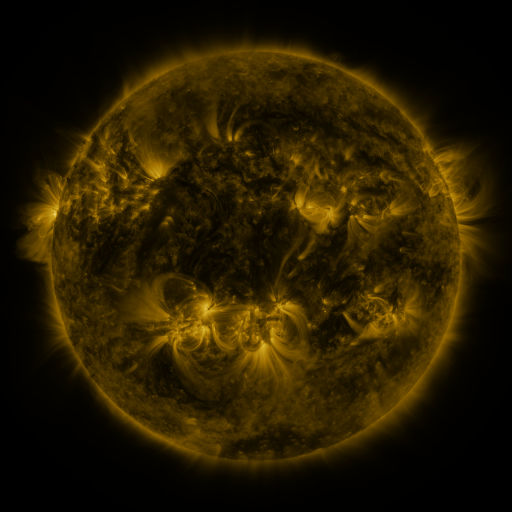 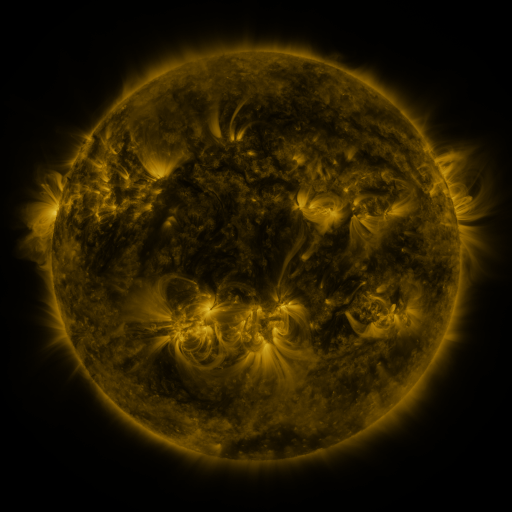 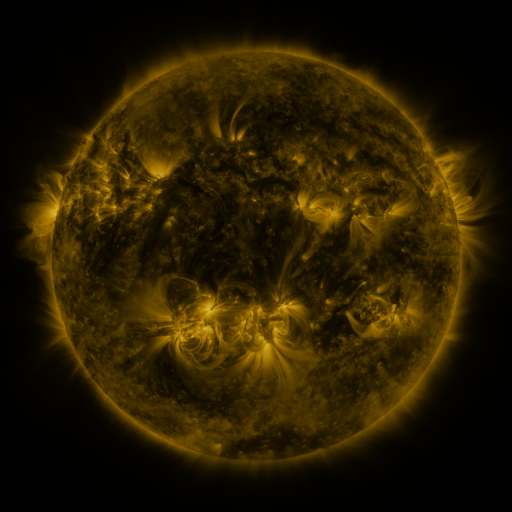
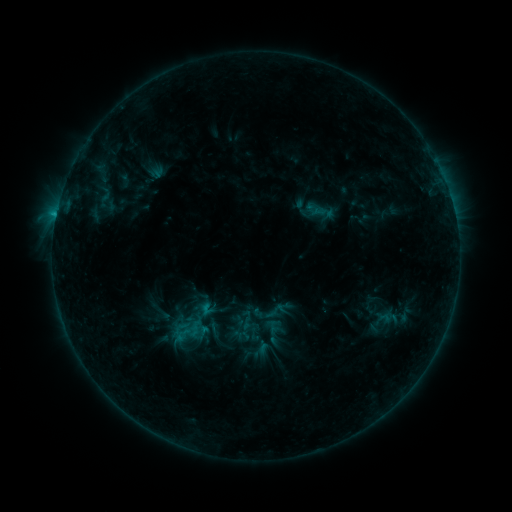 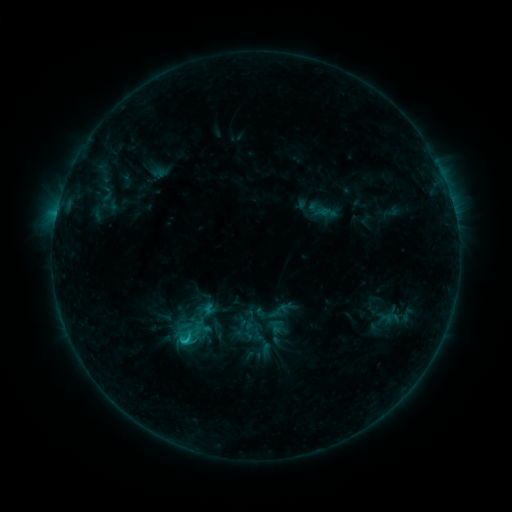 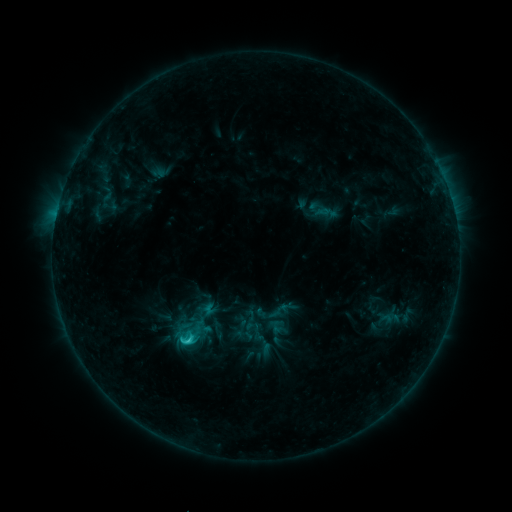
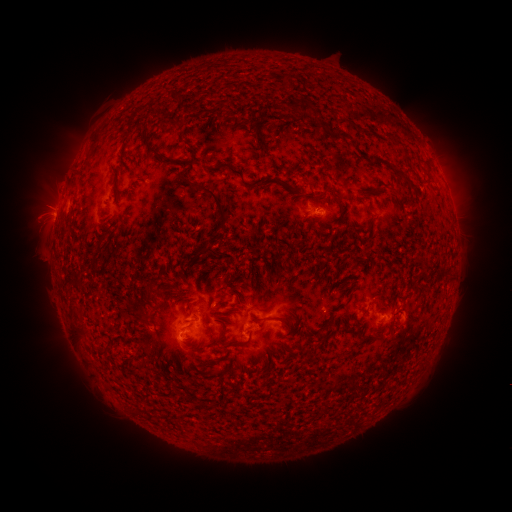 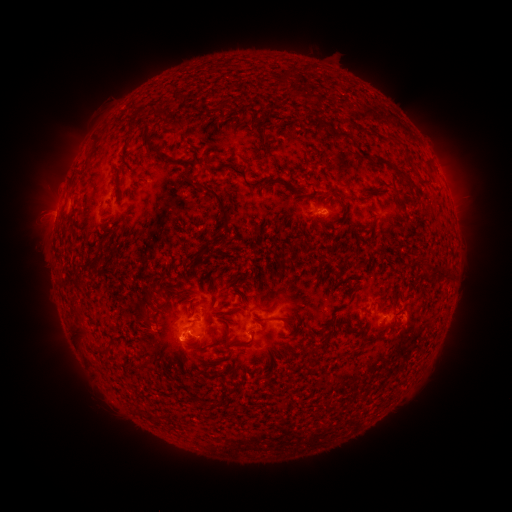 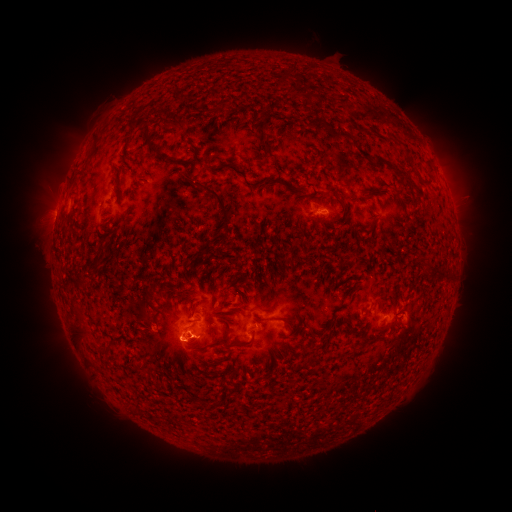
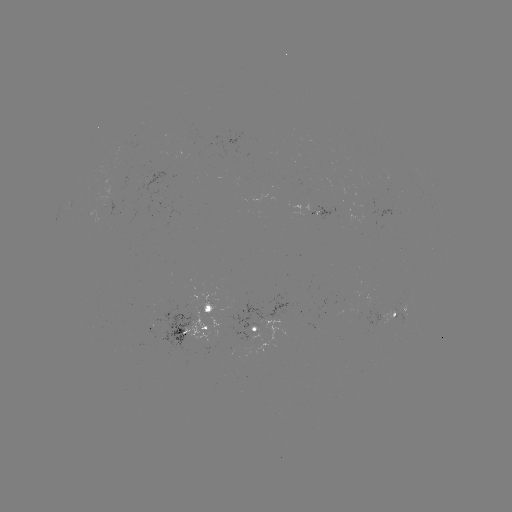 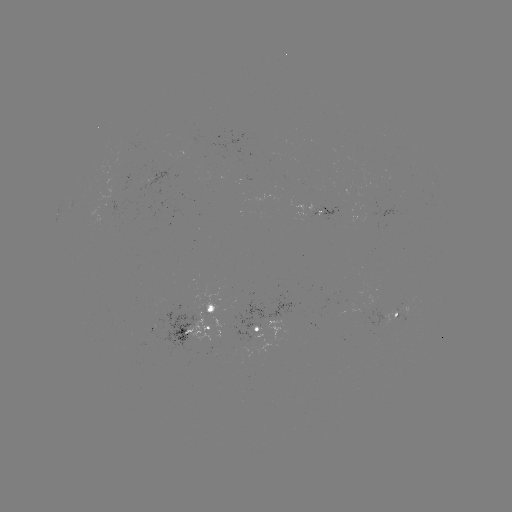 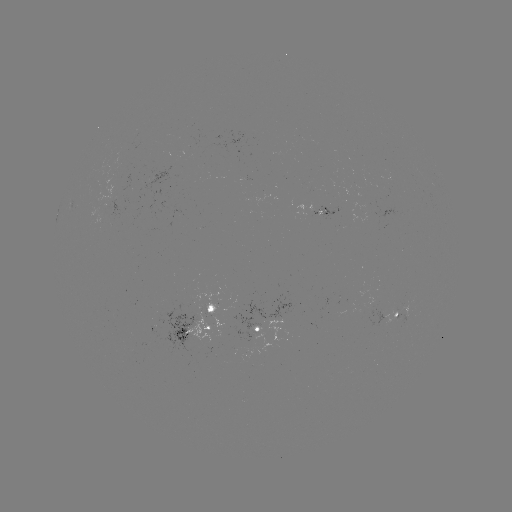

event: emerging-flux region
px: (319, 210)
